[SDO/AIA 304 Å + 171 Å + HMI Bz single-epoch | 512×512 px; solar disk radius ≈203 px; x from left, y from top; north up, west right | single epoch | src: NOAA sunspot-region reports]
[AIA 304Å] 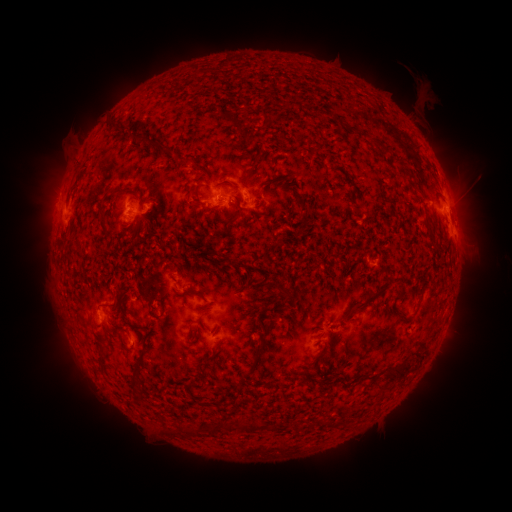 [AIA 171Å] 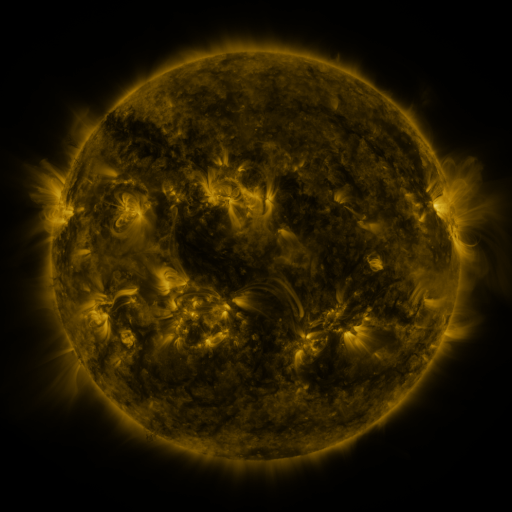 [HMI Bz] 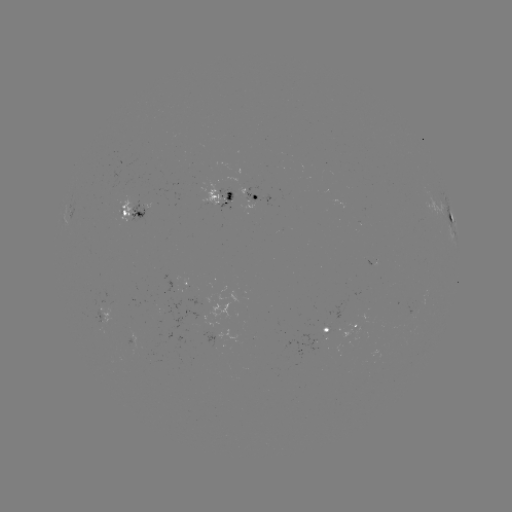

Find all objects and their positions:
spotted active region: (221, 201)
spotted active region: (445, 207)
spotted active region: (252, 212)
spotted active region: (132, 217)
spotted active region: (190, 283)
spotted active region: (107, 320)
spotted active region: (356, 322)
spotted active region: (329, 325)
spotted active region: (214, 337)
